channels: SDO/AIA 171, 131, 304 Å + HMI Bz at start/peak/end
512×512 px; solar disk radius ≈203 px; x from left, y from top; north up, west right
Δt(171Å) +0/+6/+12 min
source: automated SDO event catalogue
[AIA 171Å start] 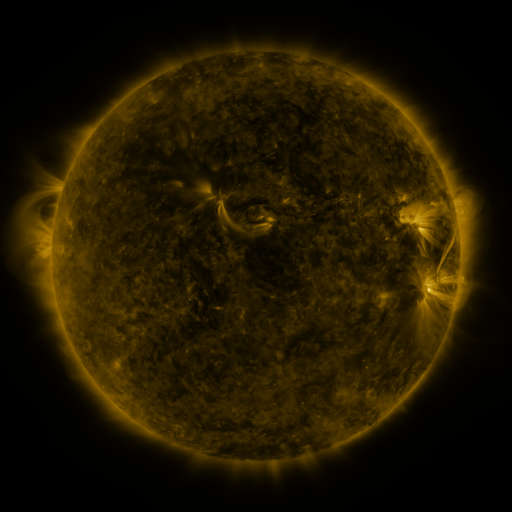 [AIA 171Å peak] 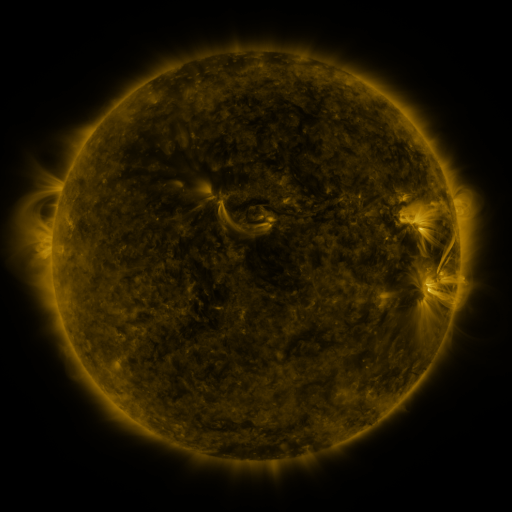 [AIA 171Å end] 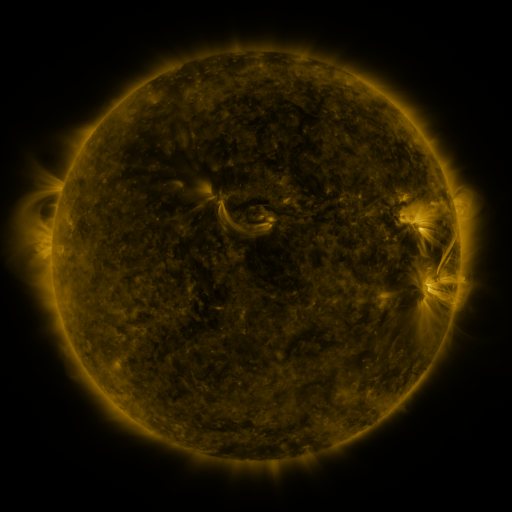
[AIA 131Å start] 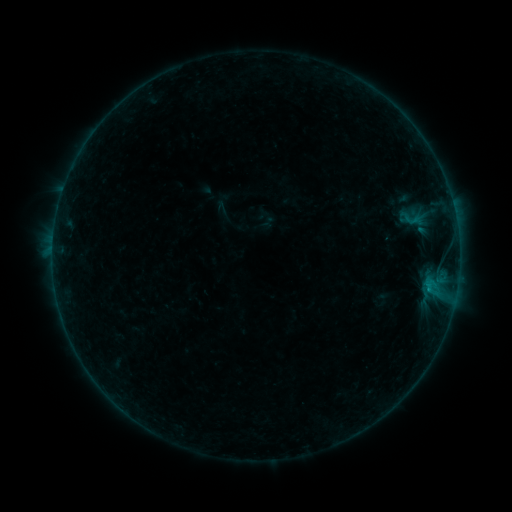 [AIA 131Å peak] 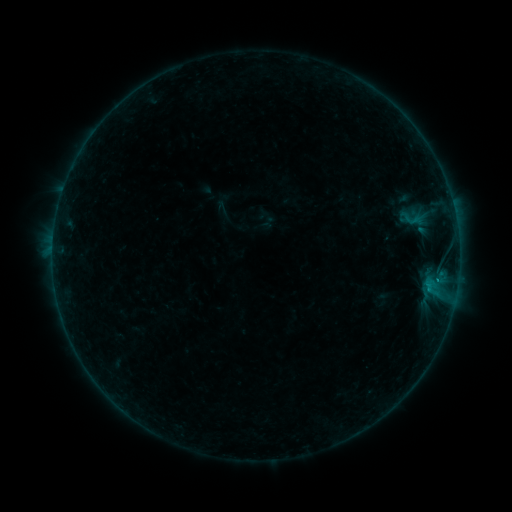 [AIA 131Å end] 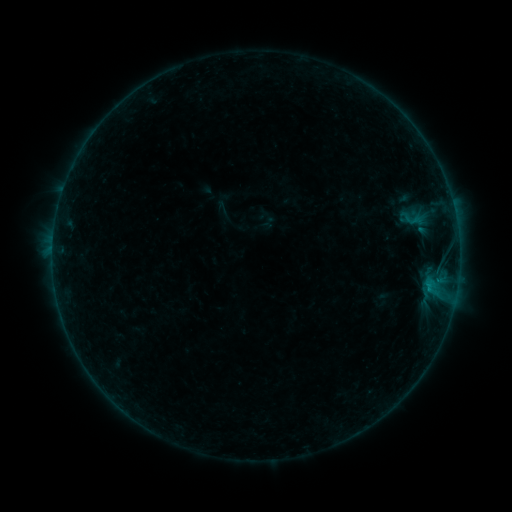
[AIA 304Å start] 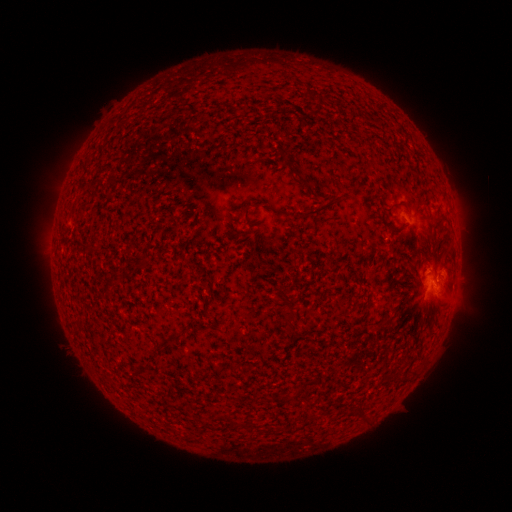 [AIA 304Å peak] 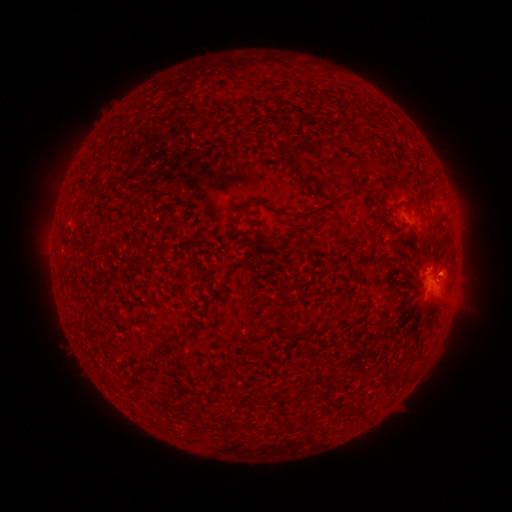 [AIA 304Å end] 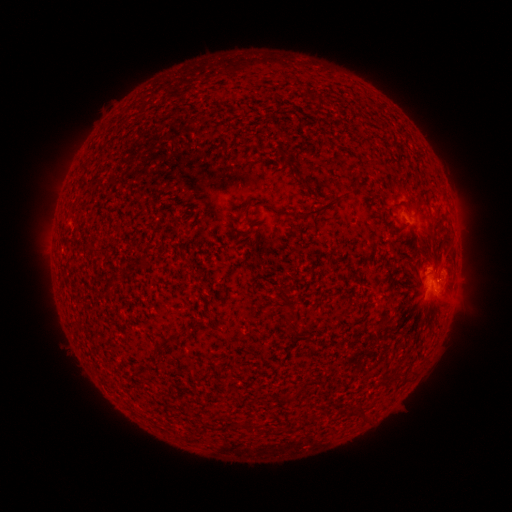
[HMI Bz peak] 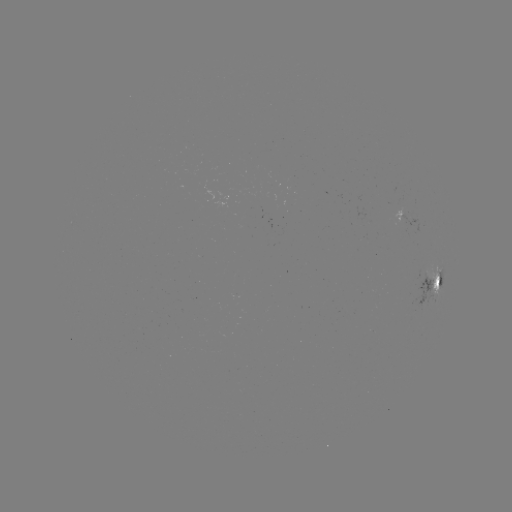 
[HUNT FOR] eruption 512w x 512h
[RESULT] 447,267